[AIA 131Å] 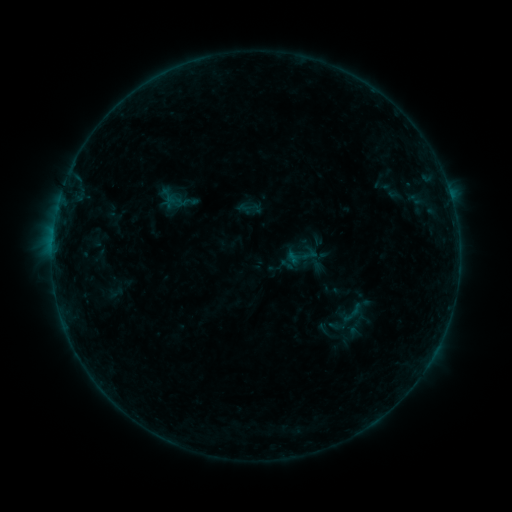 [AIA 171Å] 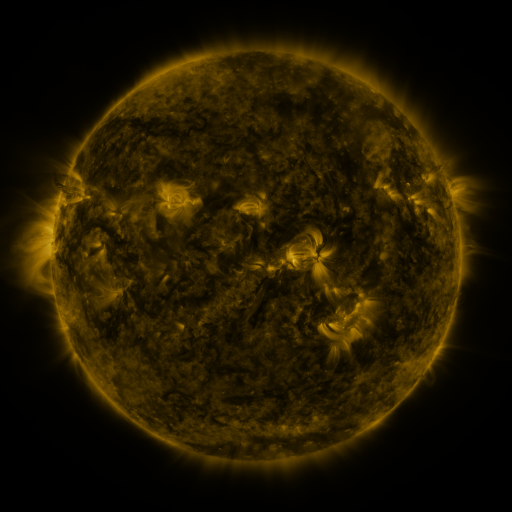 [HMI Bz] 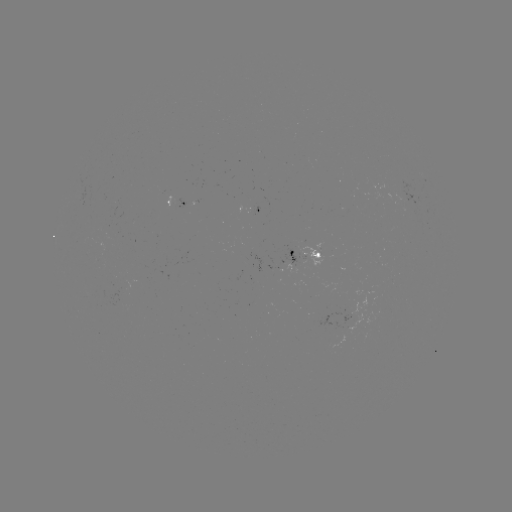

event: sigmoid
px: (309, 254)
